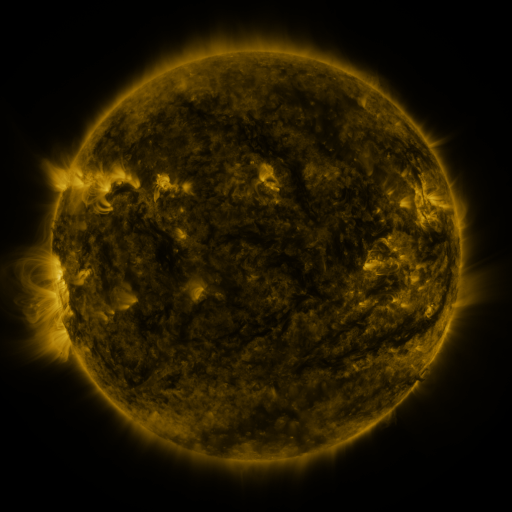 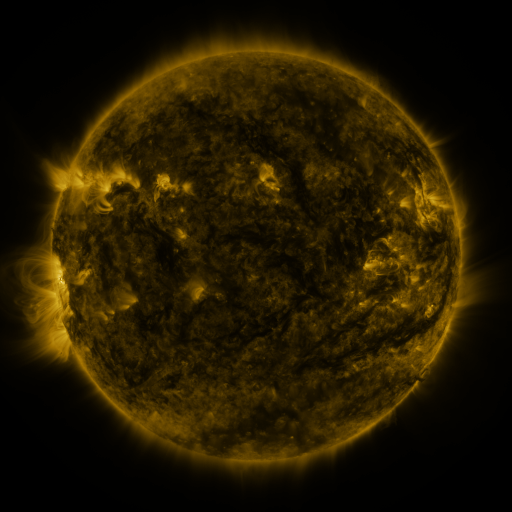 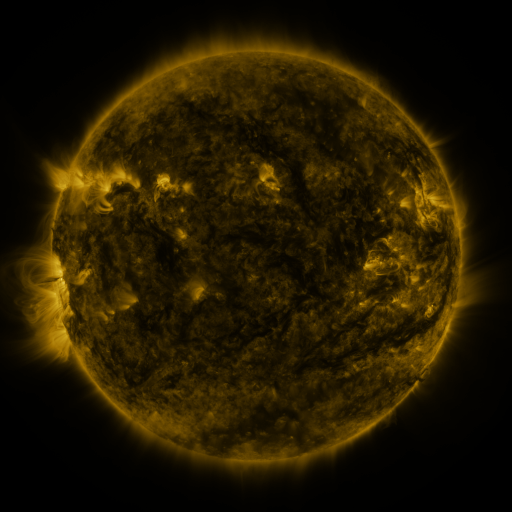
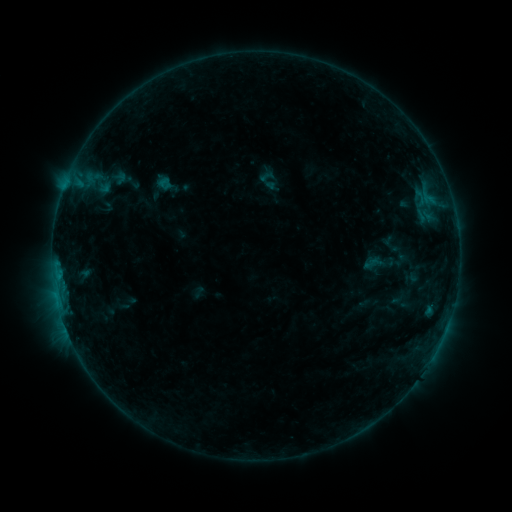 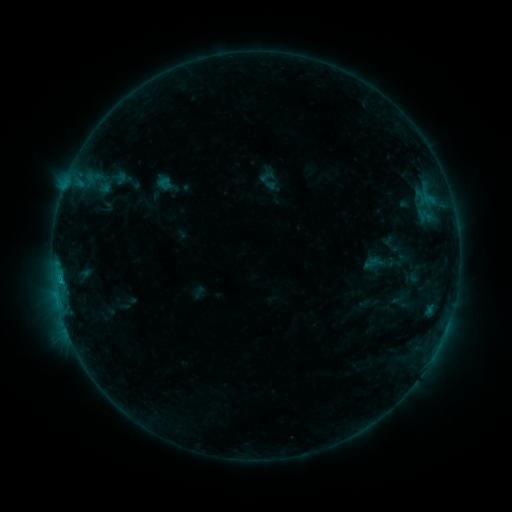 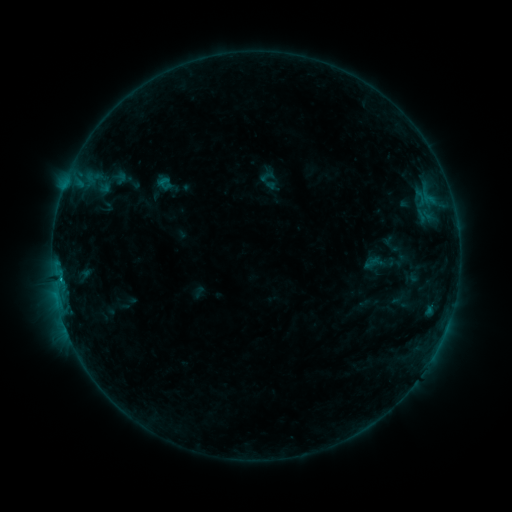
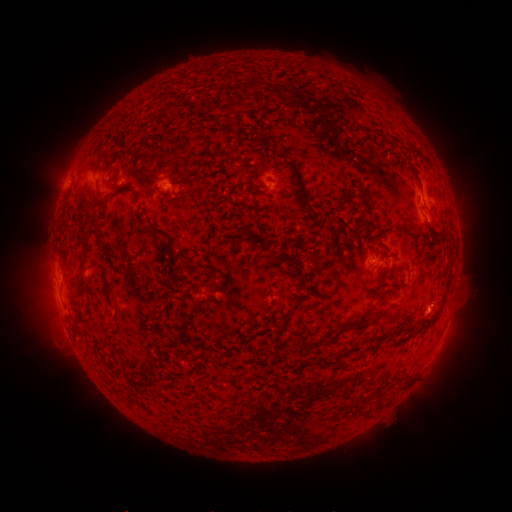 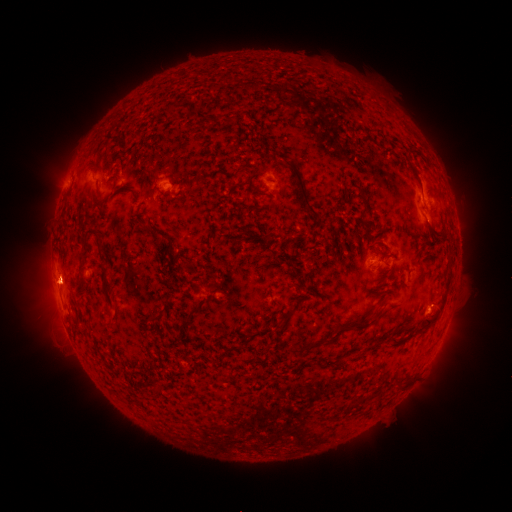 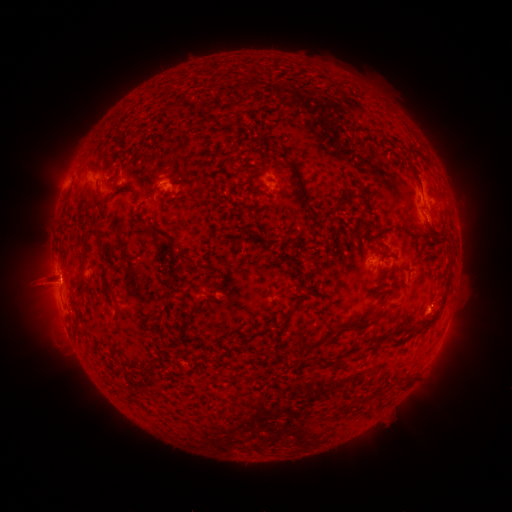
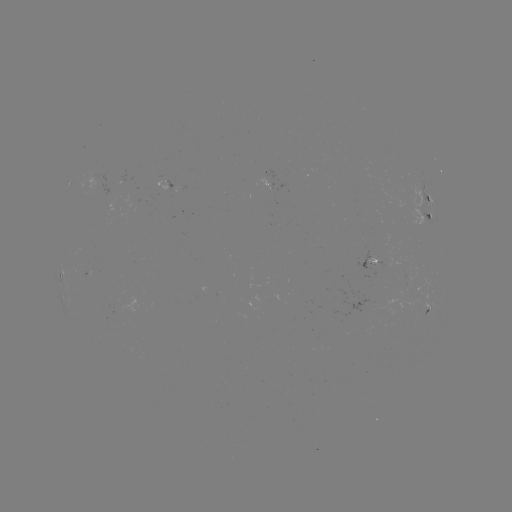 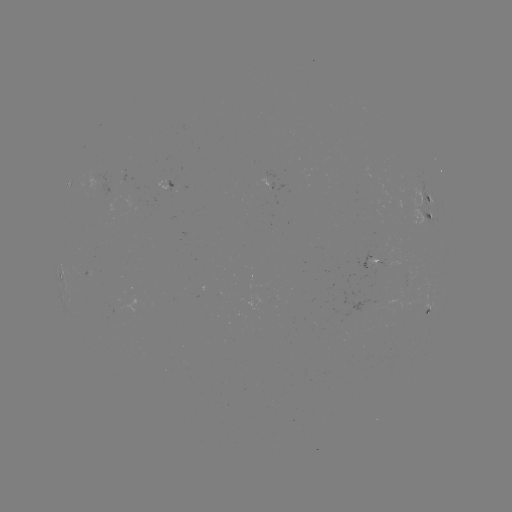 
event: flare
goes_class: B8.7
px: (59, 278)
